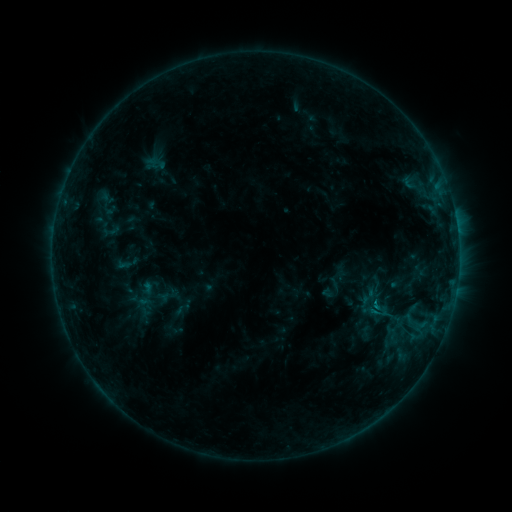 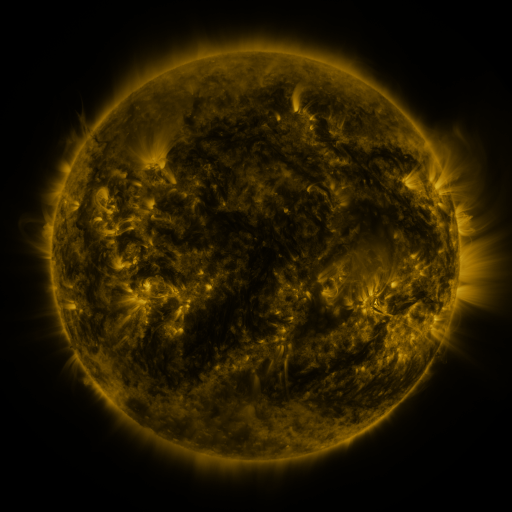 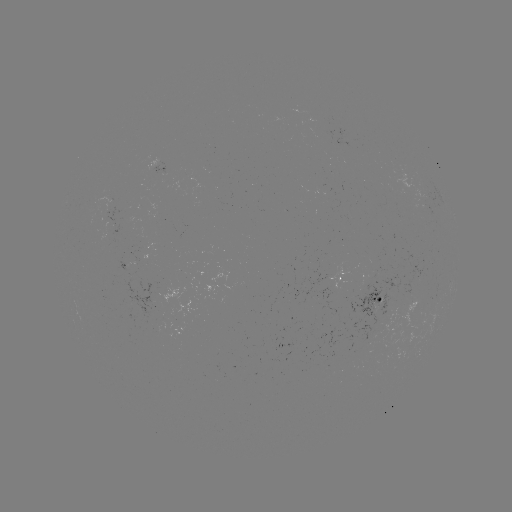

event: sigmoid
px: (379, 311)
